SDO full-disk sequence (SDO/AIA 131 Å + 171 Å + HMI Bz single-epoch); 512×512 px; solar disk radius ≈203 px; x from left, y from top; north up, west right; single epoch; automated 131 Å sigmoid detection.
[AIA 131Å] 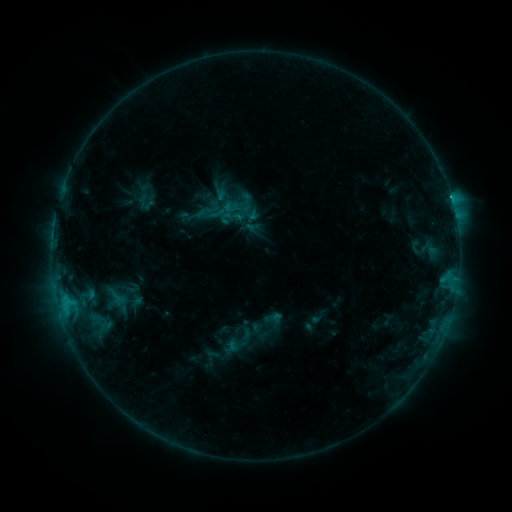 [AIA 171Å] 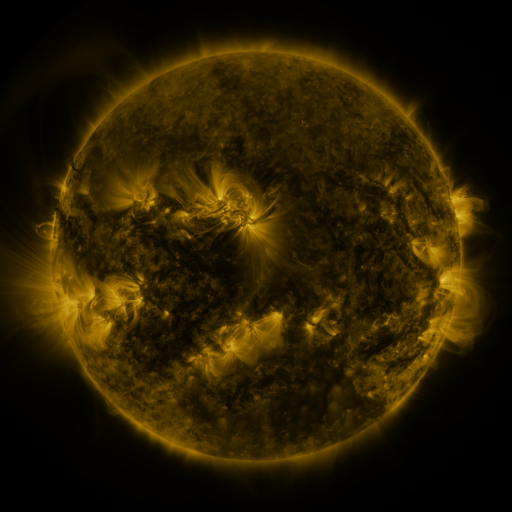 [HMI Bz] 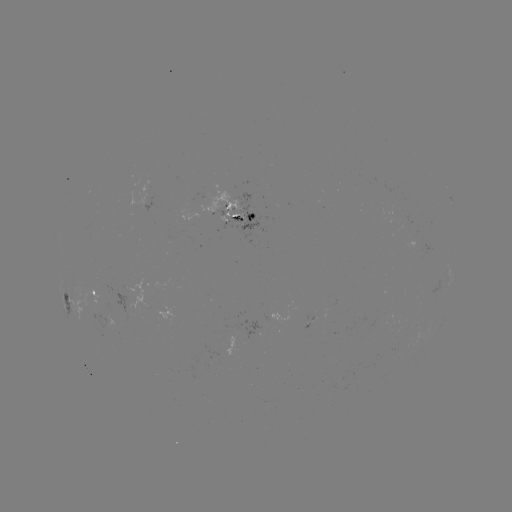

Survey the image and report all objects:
sigmoid: (193, 194, 223, 224)
sigmoid: (224, 206, 243, 226)
sigmoid: (267, 310, 284, 326)
